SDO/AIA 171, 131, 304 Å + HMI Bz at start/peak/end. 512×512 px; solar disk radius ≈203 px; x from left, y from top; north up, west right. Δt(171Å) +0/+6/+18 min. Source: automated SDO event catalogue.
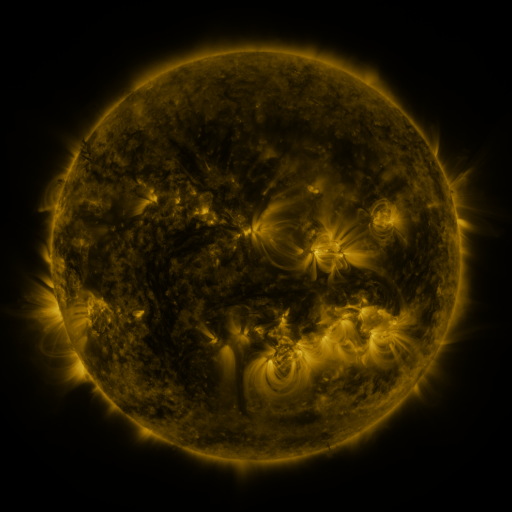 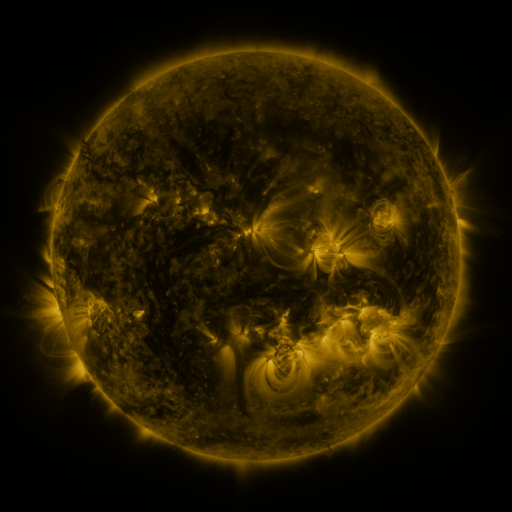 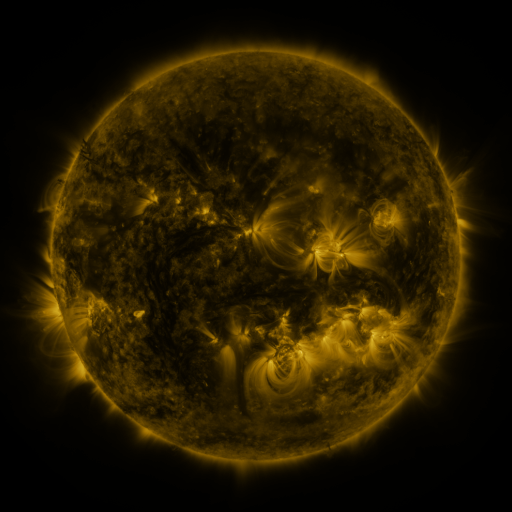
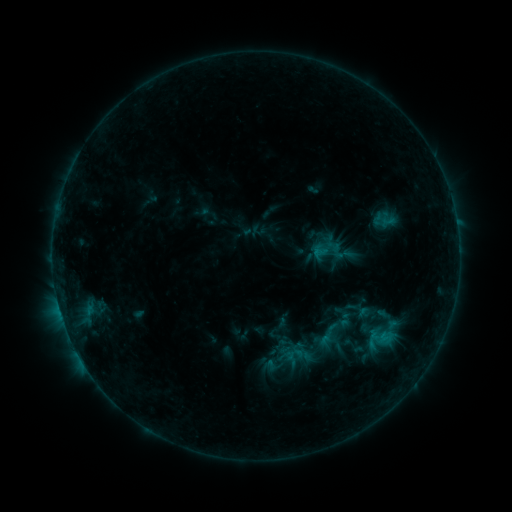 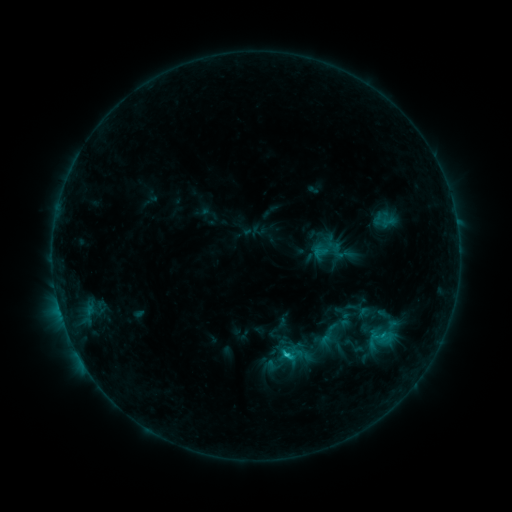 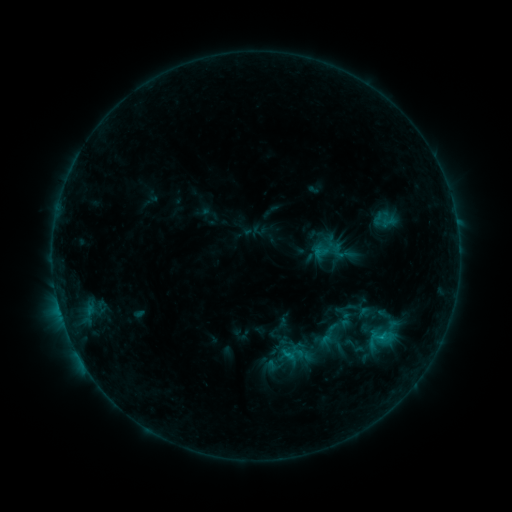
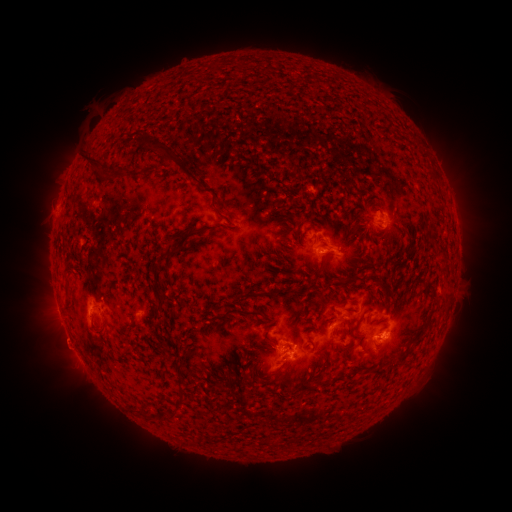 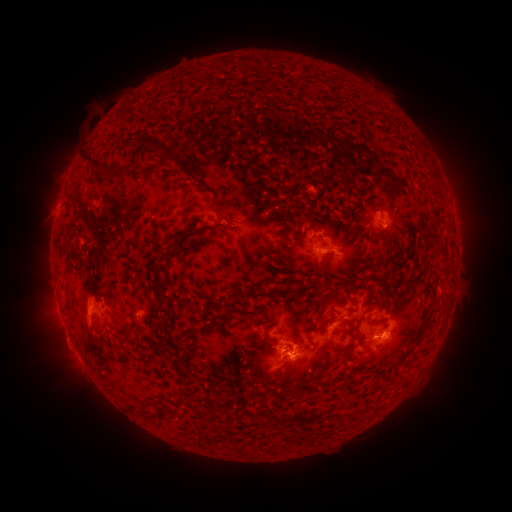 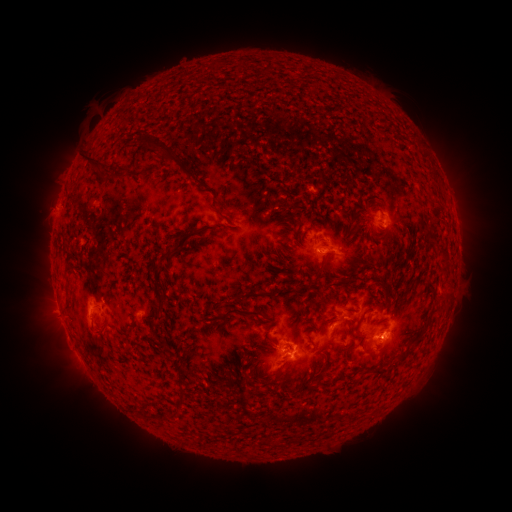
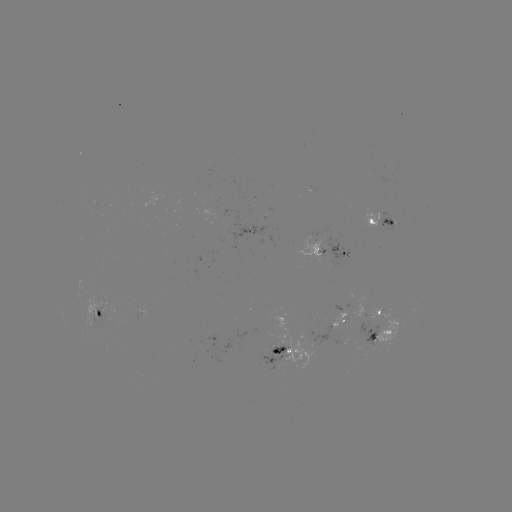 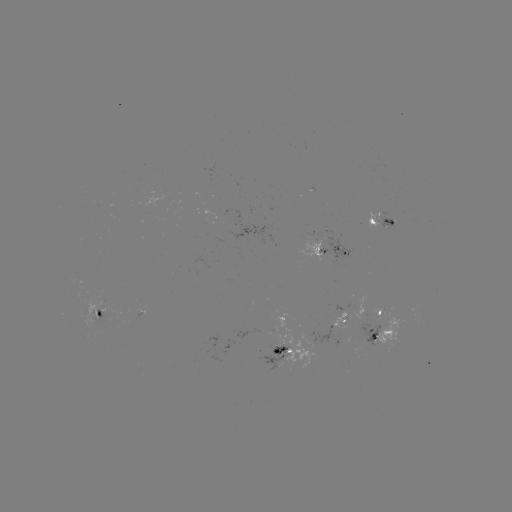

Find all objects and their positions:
C1.3 flare: (287, 354)
